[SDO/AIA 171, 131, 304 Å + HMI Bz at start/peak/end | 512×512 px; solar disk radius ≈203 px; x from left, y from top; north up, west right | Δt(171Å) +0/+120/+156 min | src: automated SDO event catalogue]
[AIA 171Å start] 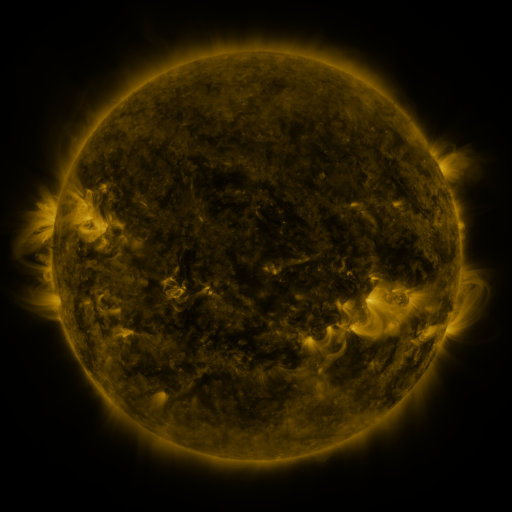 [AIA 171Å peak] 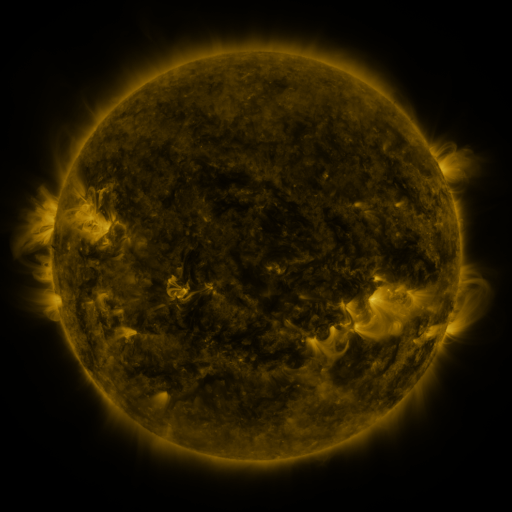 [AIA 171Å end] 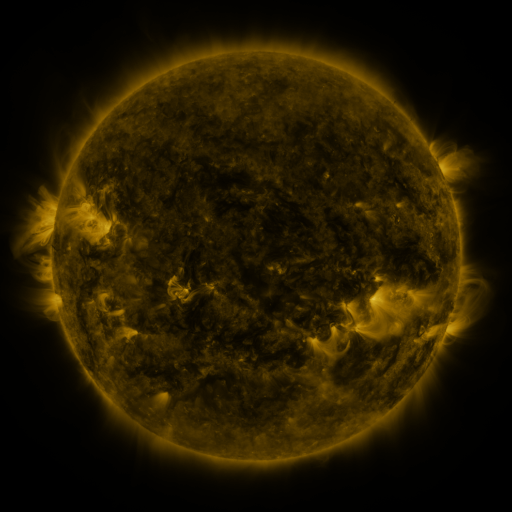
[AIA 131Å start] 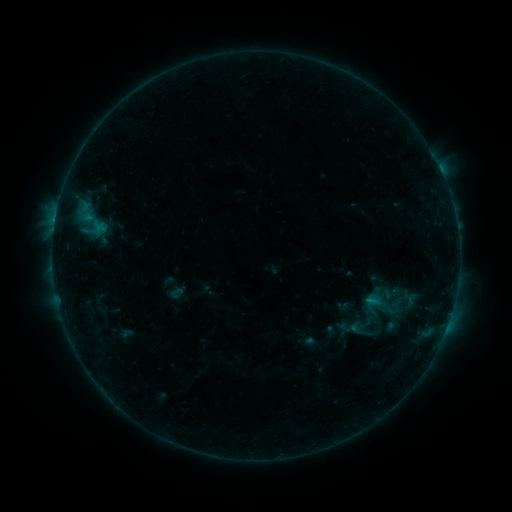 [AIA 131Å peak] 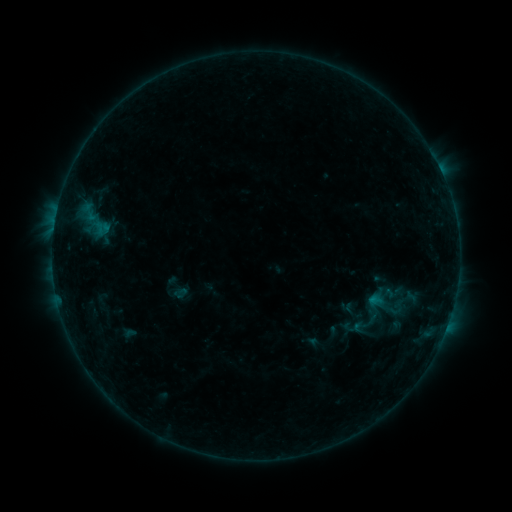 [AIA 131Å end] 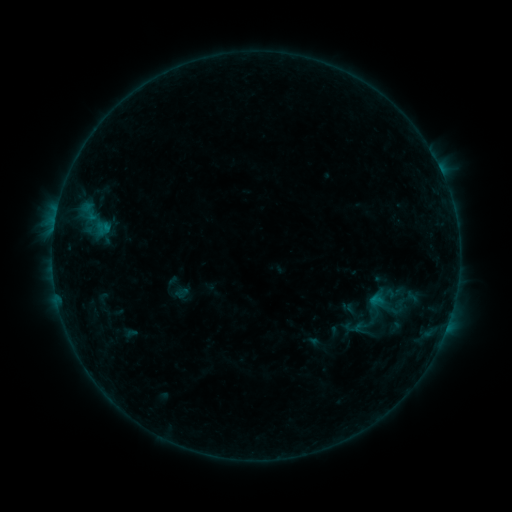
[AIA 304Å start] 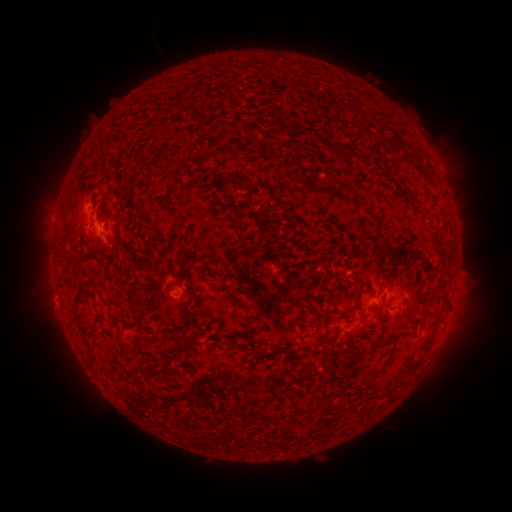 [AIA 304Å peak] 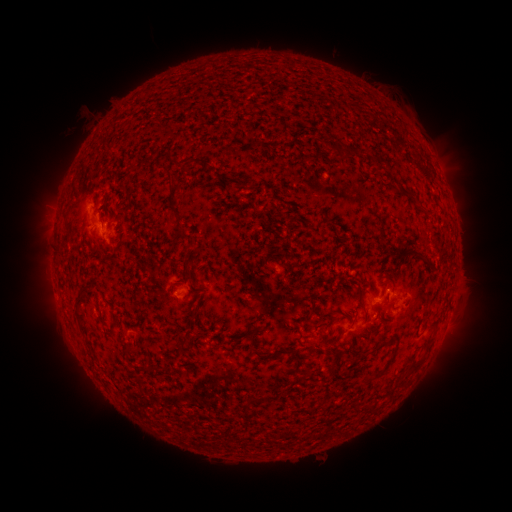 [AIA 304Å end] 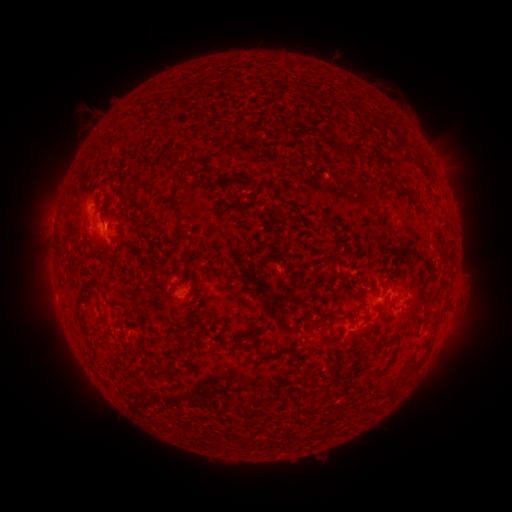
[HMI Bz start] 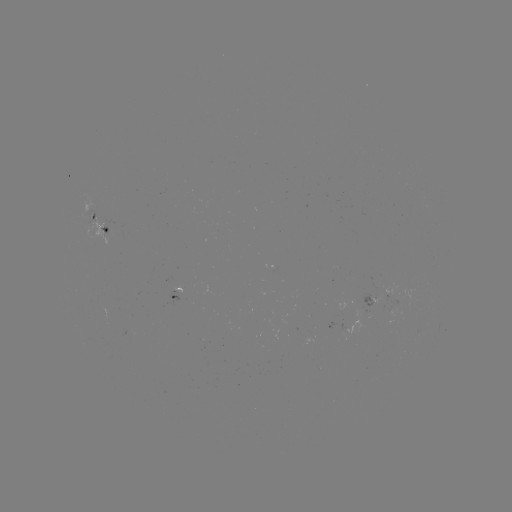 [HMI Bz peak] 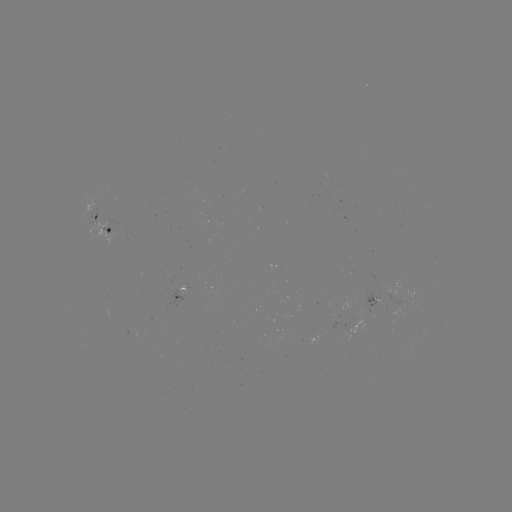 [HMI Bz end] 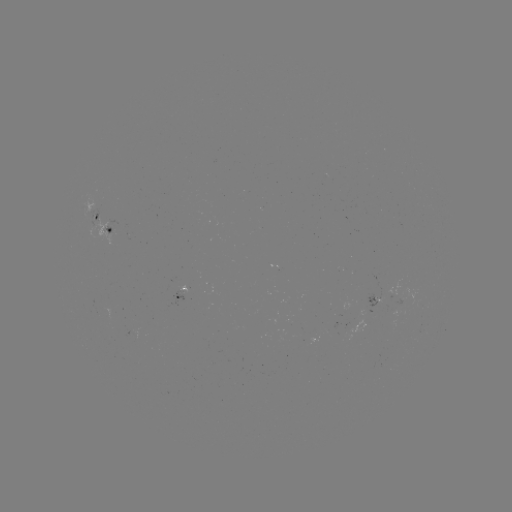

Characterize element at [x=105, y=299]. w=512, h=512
emerging-flux region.